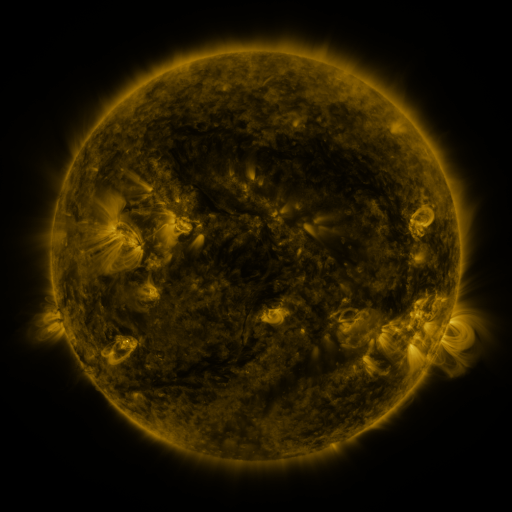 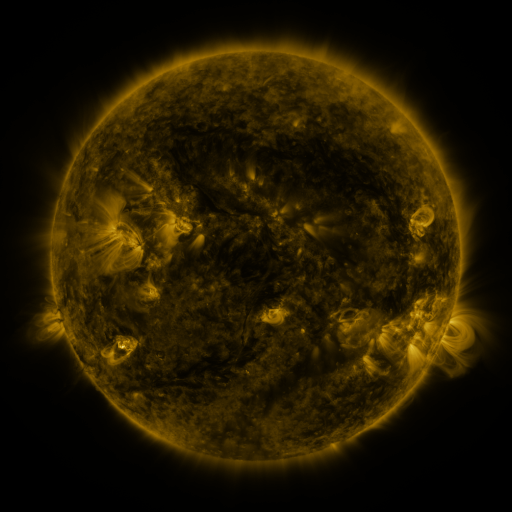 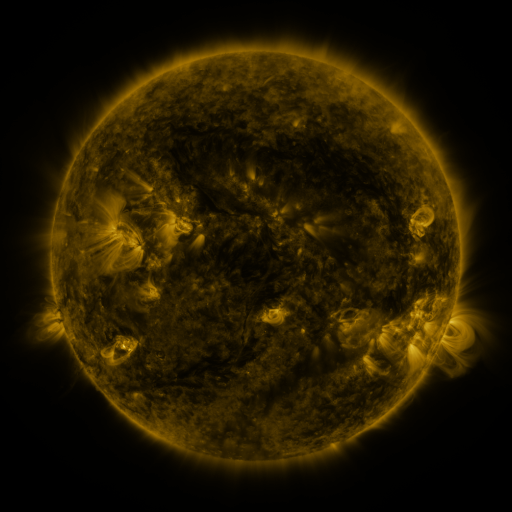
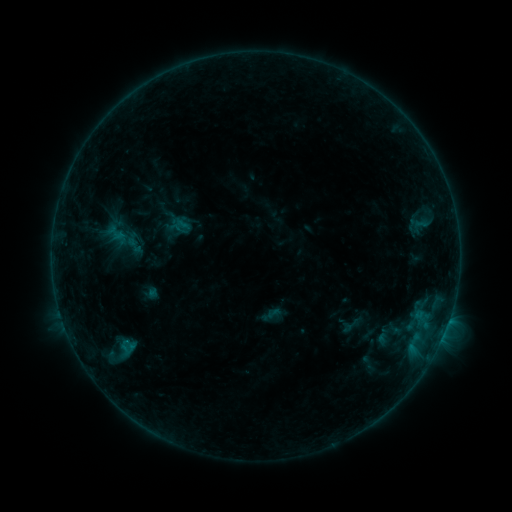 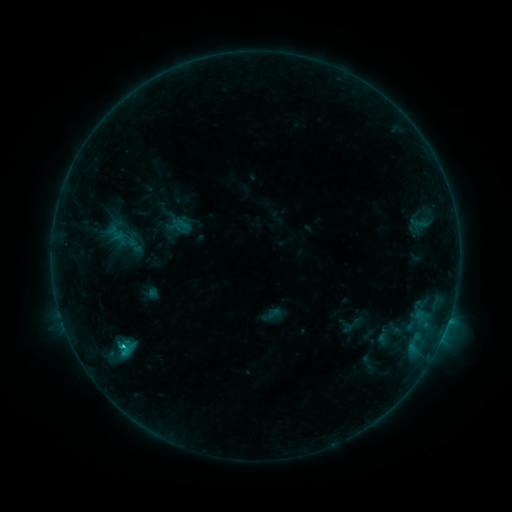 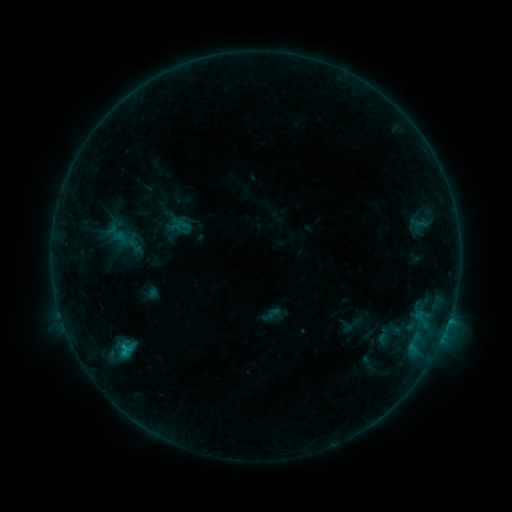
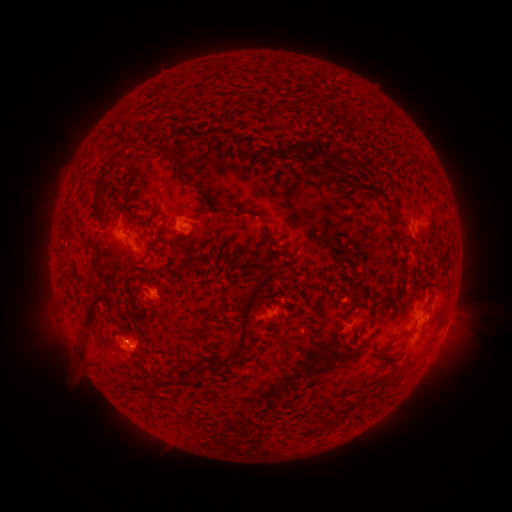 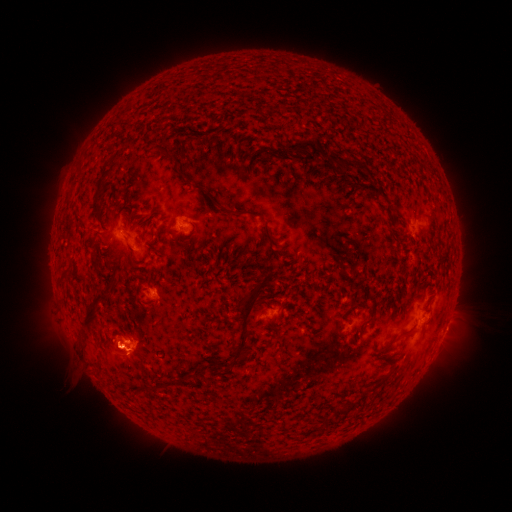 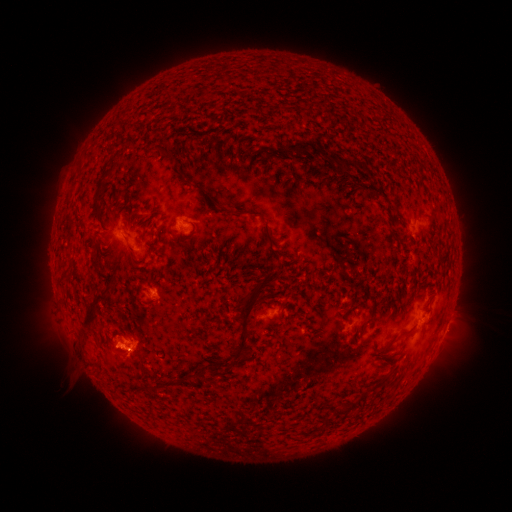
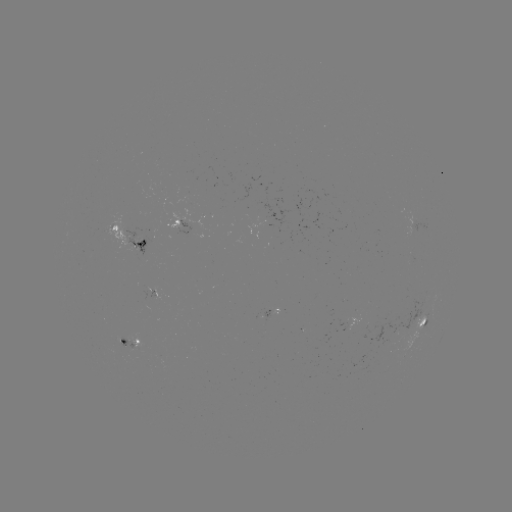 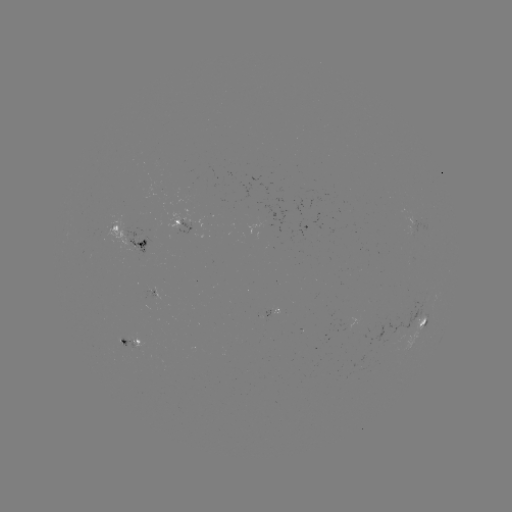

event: flare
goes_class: B8.8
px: (123, 345)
